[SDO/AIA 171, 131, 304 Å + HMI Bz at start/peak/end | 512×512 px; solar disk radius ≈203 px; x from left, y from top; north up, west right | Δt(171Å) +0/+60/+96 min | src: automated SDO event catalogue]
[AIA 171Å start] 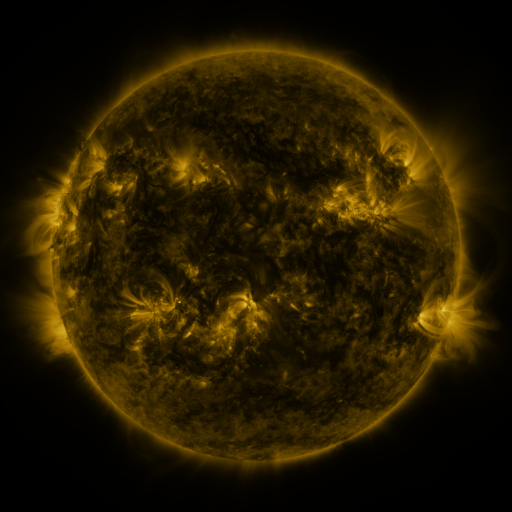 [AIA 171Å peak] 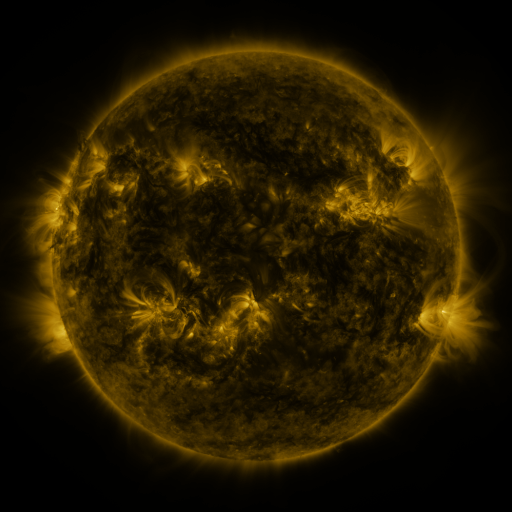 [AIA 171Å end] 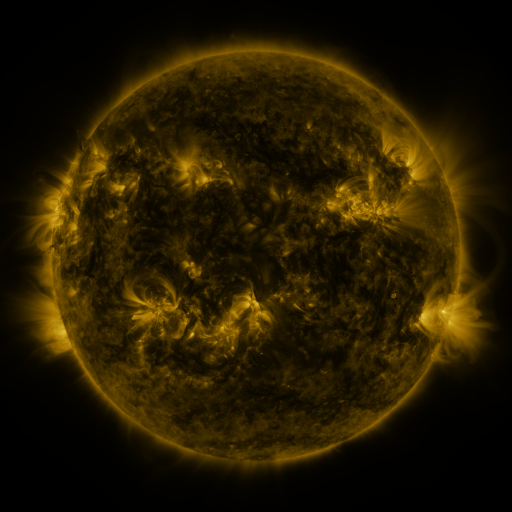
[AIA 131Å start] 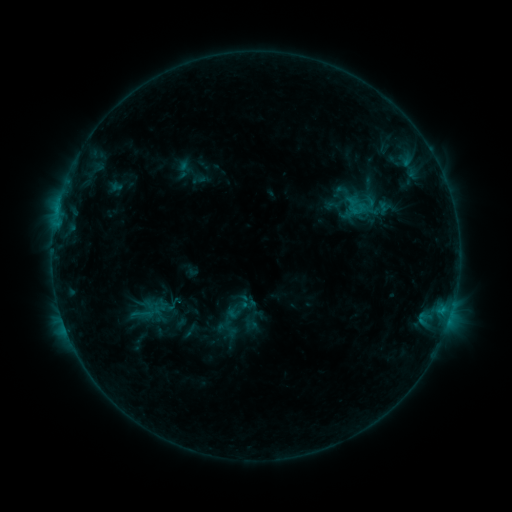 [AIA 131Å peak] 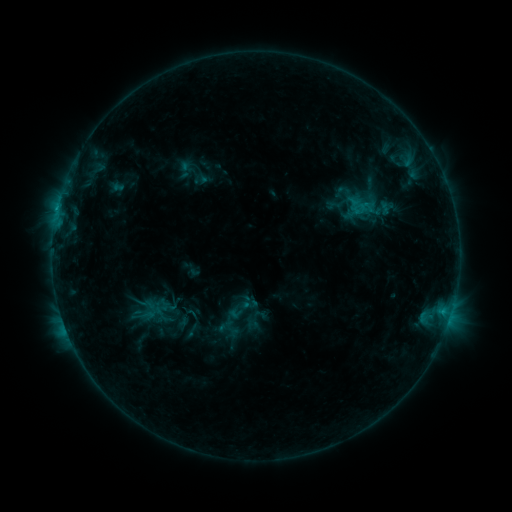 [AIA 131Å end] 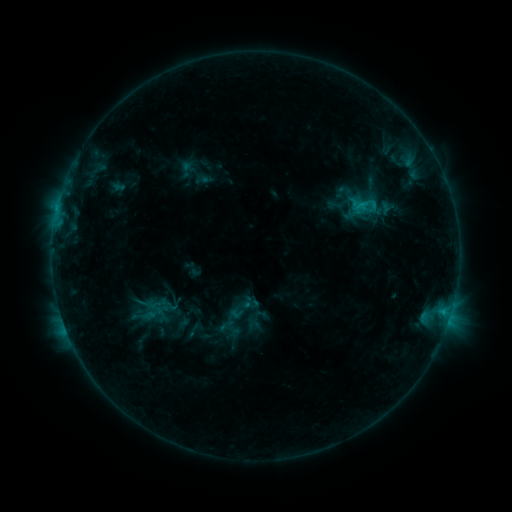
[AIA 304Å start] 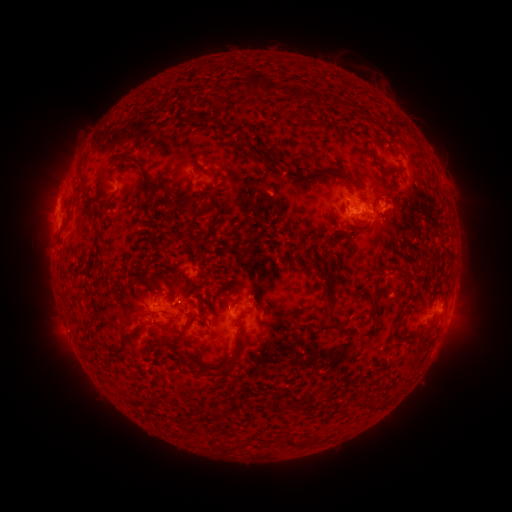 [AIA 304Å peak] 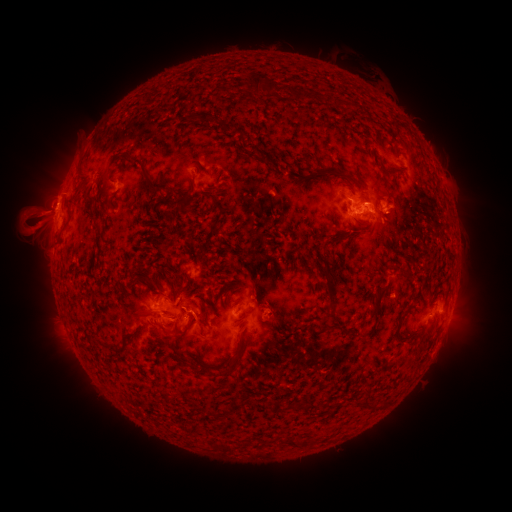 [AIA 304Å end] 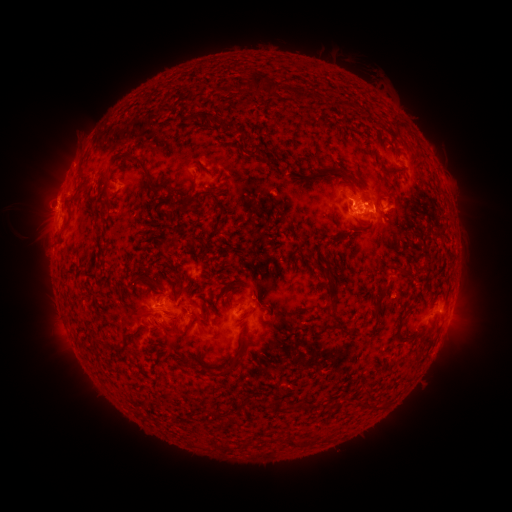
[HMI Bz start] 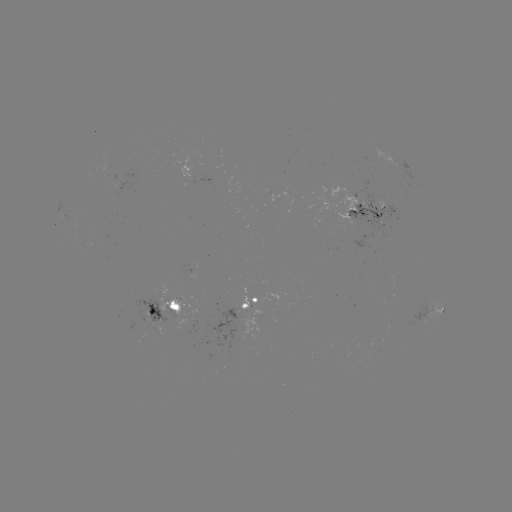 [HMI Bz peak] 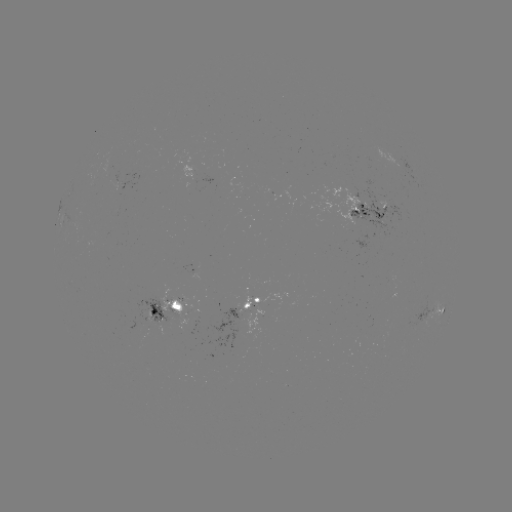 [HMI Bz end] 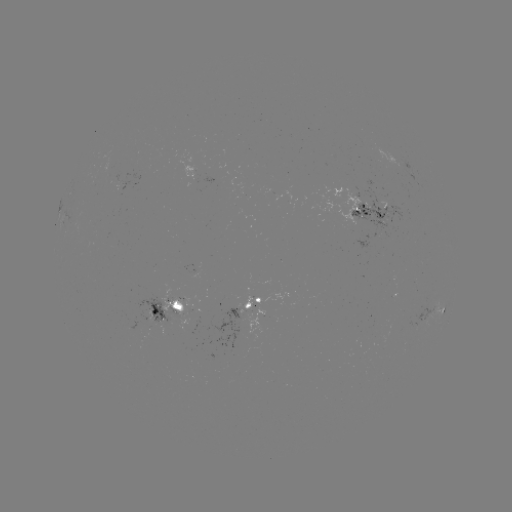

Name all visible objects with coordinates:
emerging-flux region: (249, 316)
